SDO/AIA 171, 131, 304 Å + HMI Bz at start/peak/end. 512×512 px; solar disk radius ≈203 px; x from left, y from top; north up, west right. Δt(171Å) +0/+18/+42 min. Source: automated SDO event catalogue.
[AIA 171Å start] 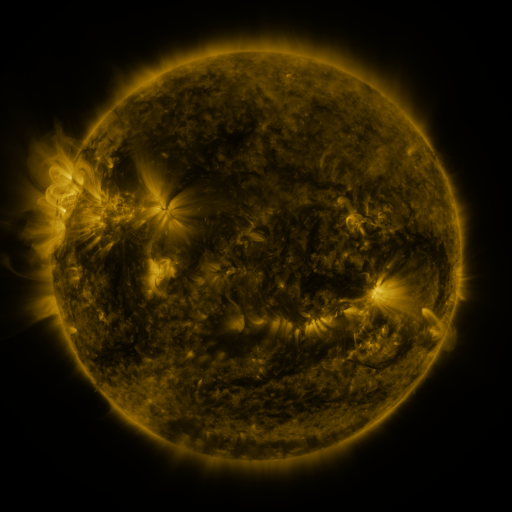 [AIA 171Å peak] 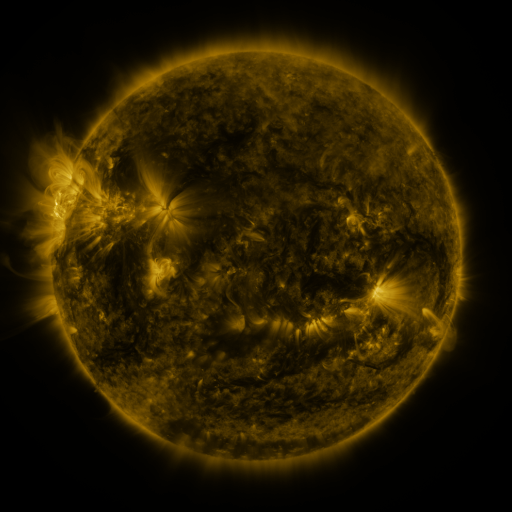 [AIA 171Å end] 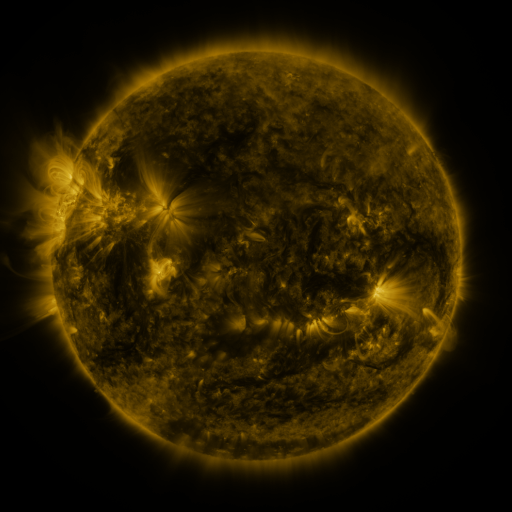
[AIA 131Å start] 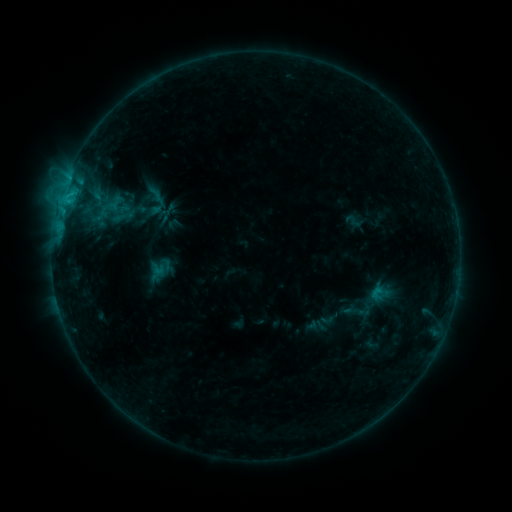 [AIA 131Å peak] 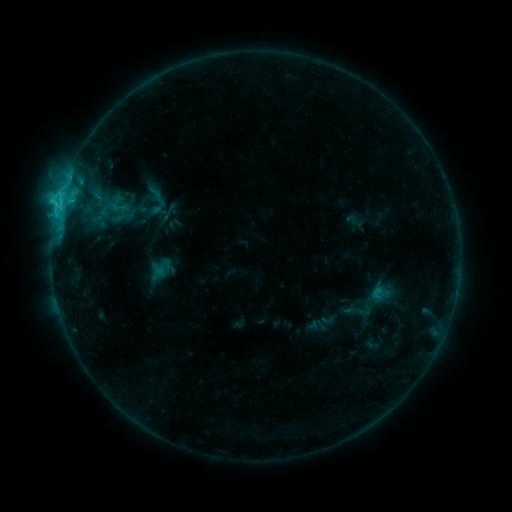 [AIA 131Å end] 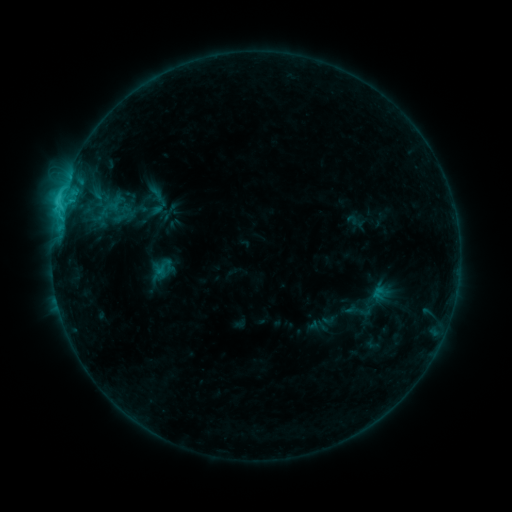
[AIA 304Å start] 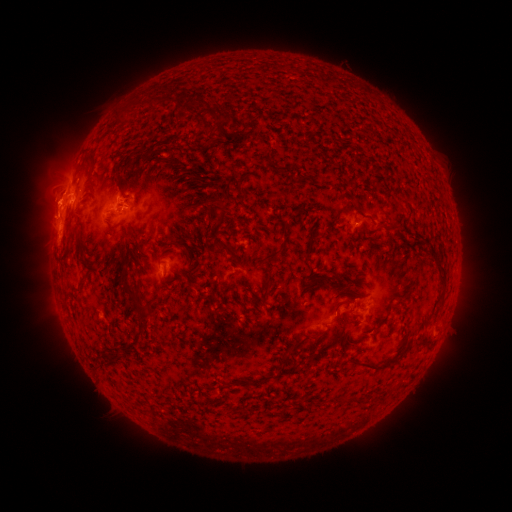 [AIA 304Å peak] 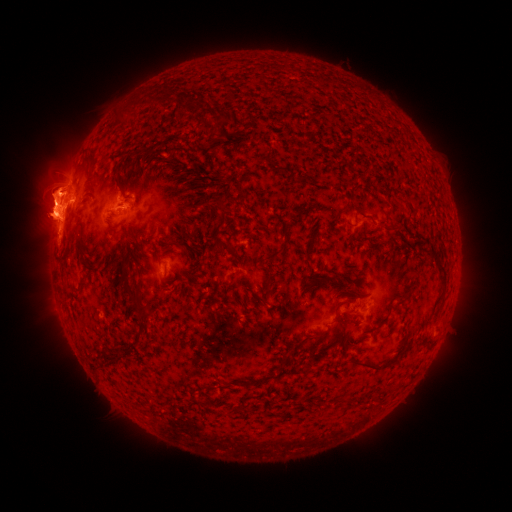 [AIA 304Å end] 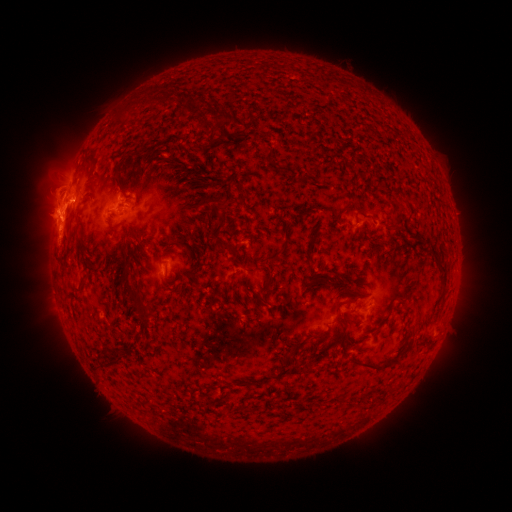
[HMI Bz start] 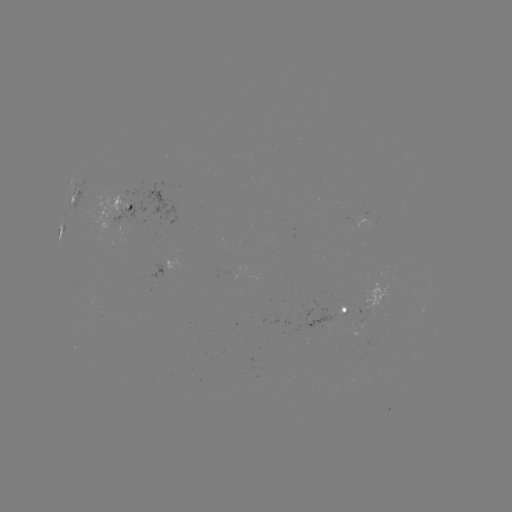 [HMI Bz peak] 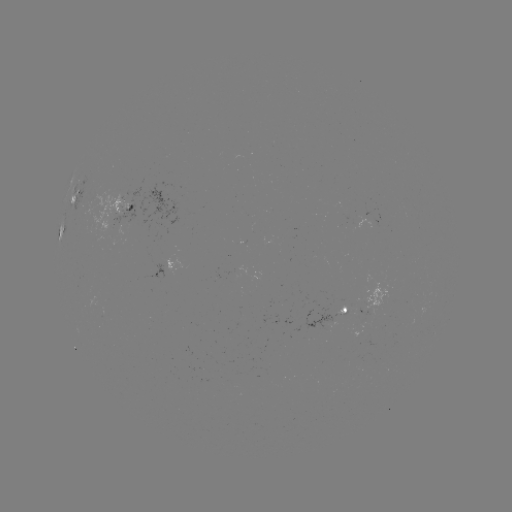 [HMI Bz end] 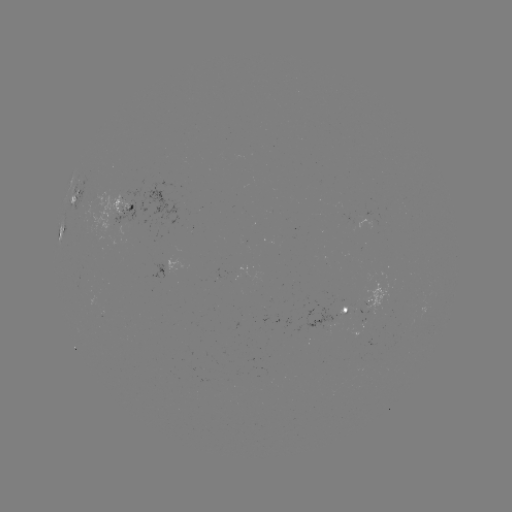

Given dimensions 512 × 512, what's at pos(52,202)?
eruption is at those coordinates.